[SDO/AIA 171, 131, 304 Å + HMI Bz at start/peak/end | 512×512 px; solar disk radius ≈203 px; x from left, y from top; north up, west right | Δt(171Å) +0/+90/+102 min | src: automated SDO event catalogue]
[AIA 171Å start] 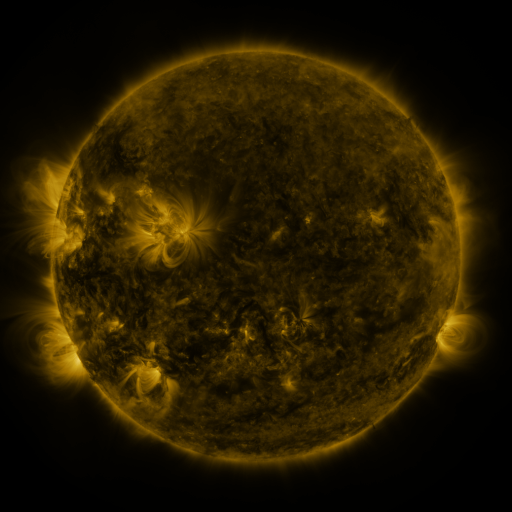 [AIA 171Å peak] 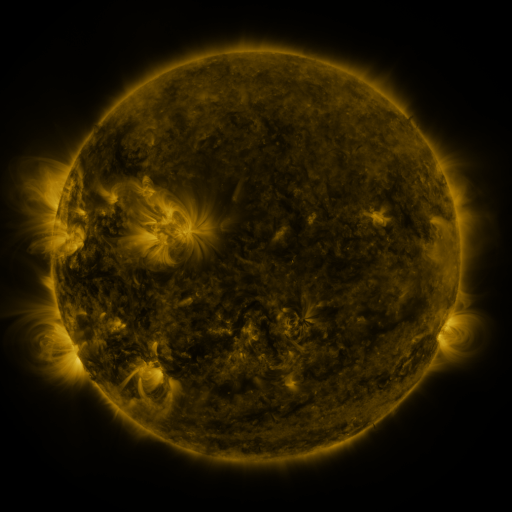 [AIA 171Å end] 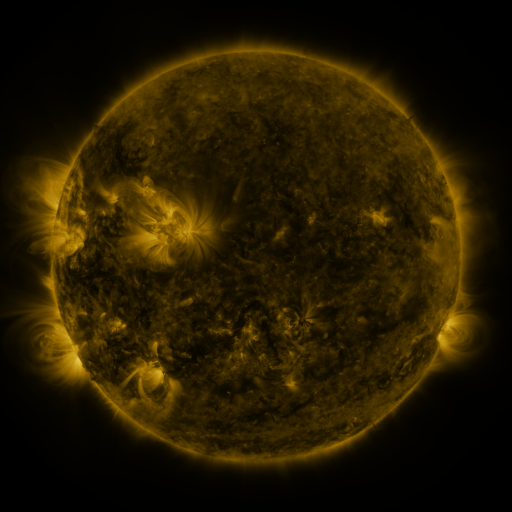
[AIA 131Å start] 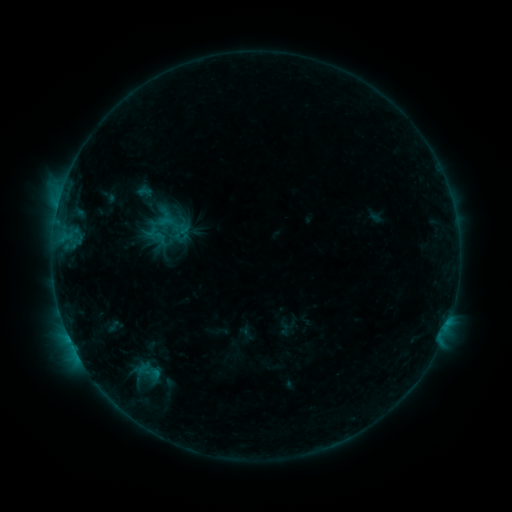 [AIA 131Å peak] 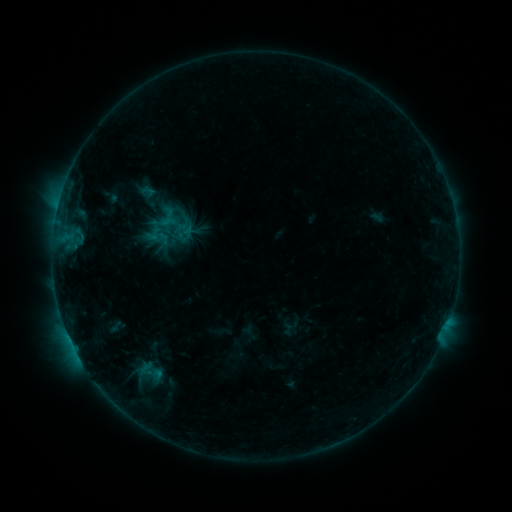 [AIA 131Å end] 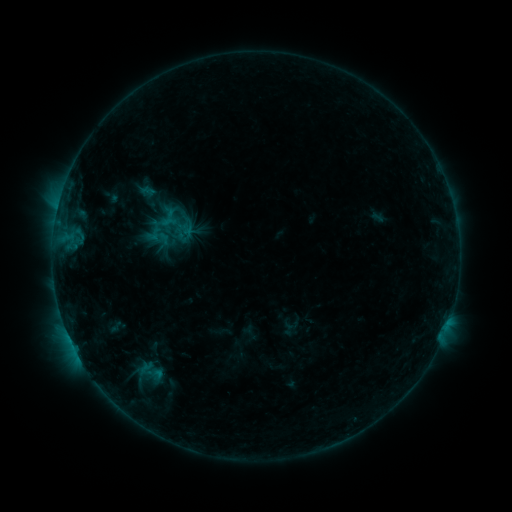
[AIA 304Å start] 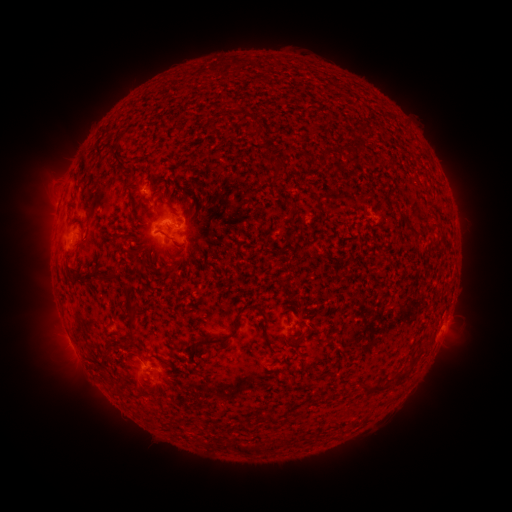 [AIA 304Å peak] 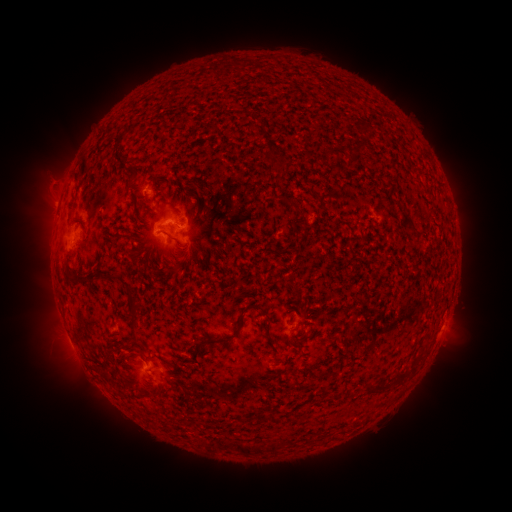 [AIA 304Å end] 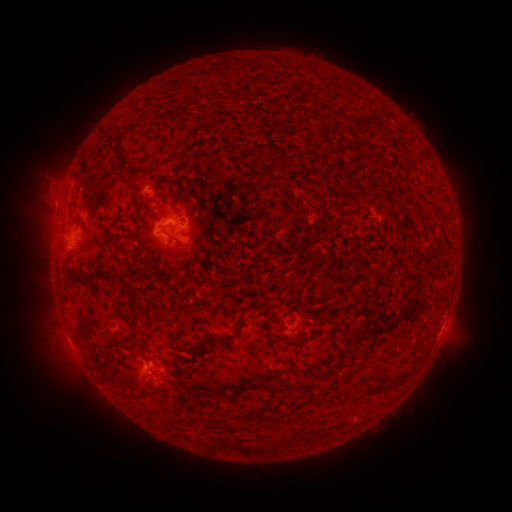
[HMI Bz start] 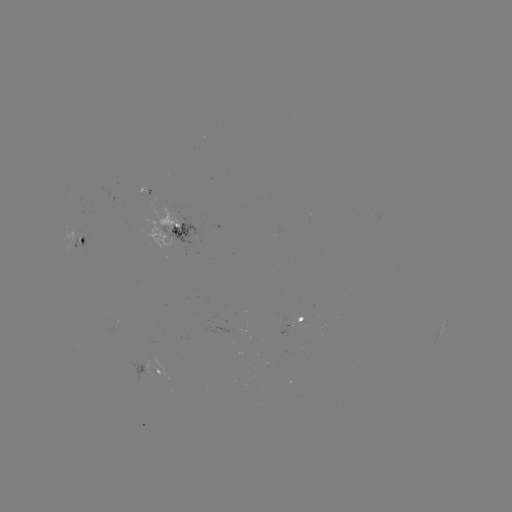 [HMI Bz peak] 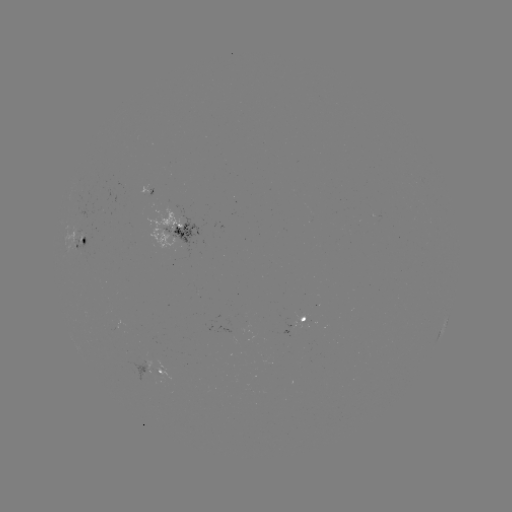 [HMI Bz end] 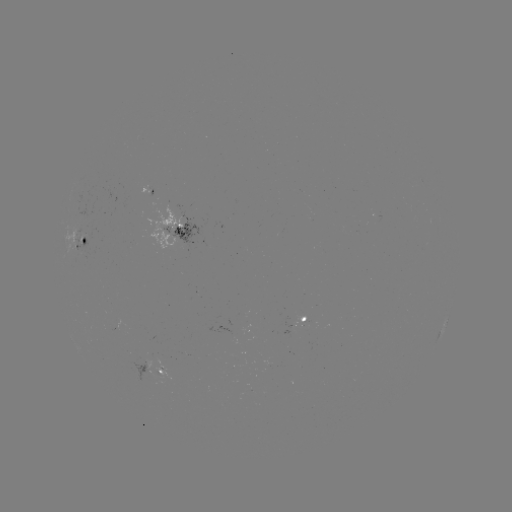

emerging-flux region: <bbox>140, 185, 151, 195</bbox>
